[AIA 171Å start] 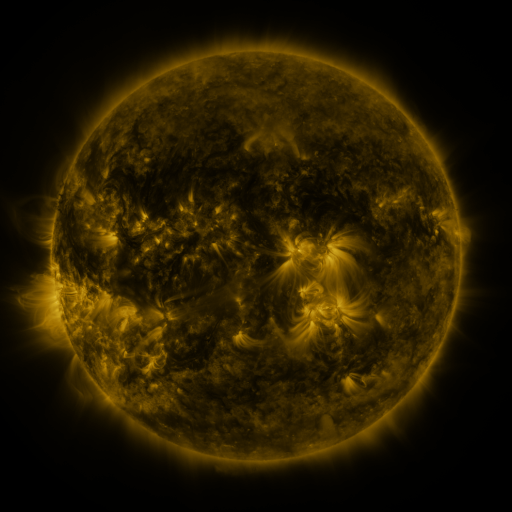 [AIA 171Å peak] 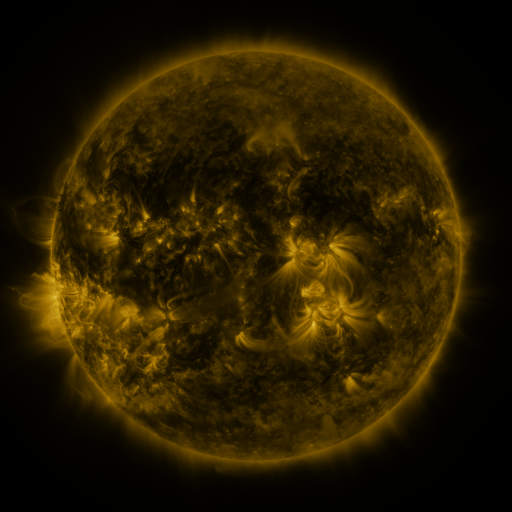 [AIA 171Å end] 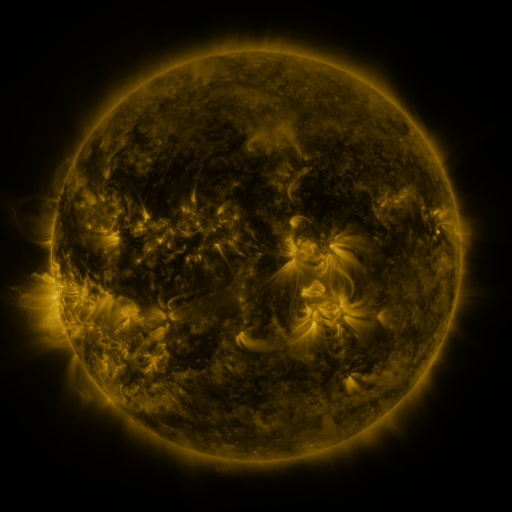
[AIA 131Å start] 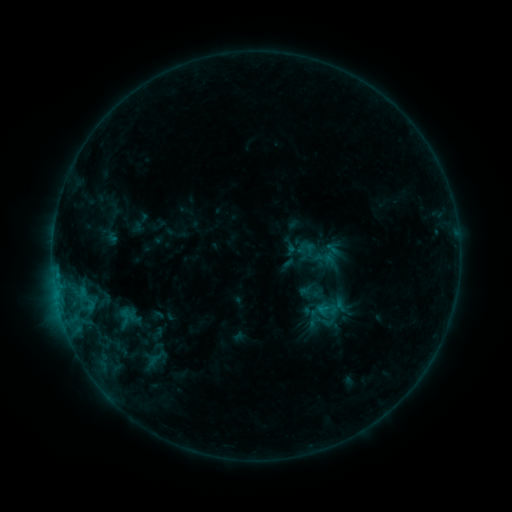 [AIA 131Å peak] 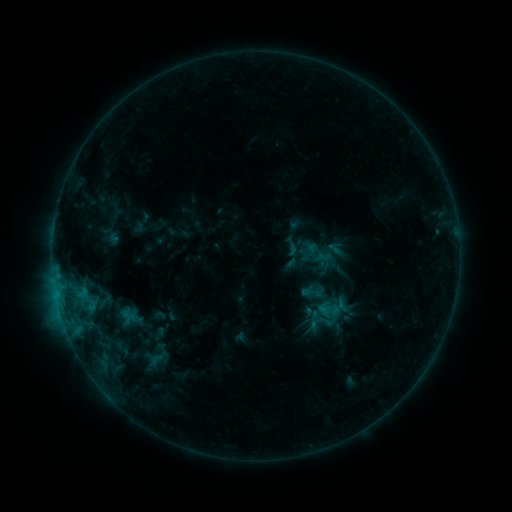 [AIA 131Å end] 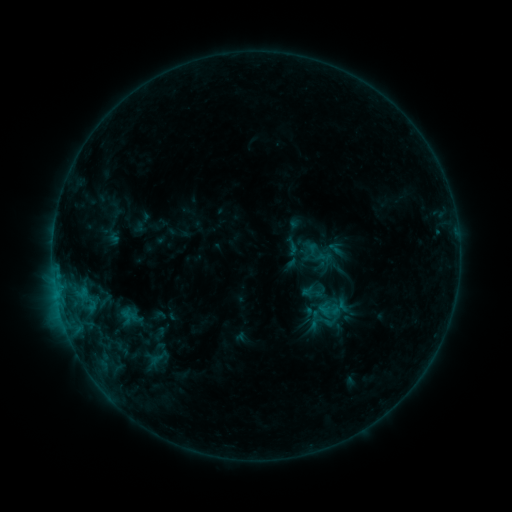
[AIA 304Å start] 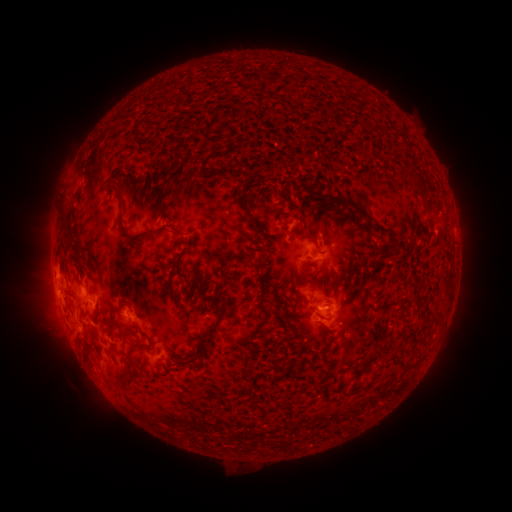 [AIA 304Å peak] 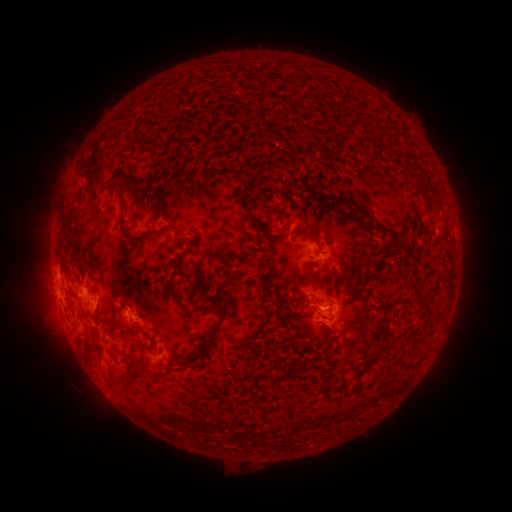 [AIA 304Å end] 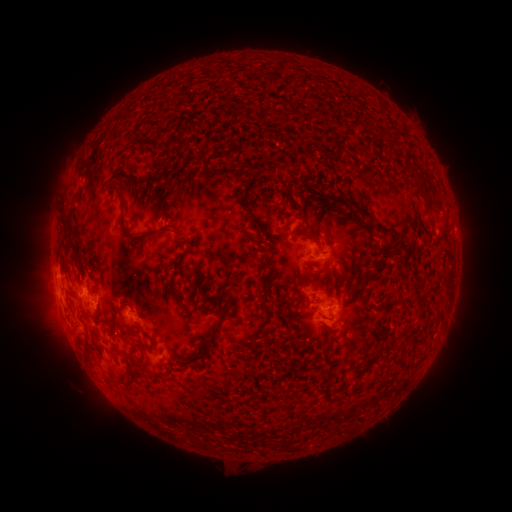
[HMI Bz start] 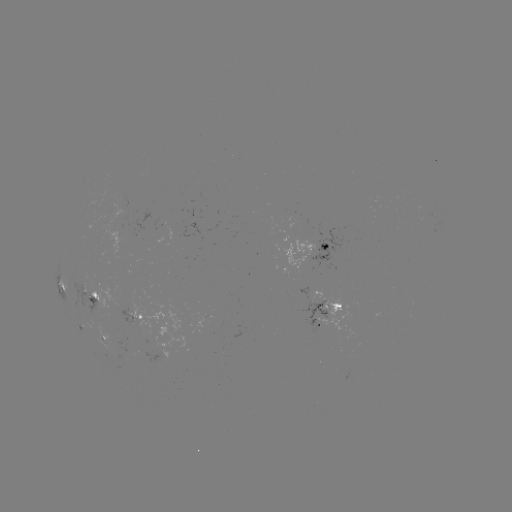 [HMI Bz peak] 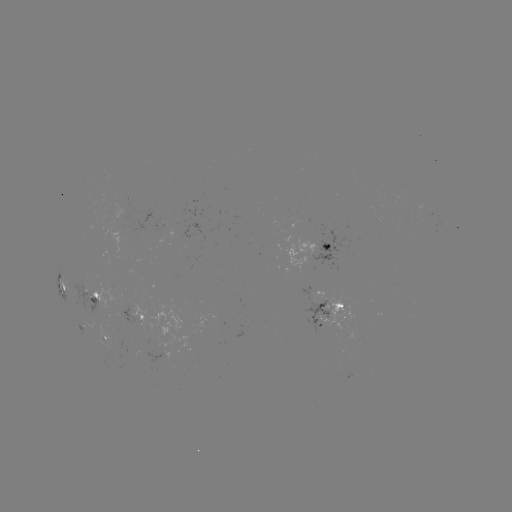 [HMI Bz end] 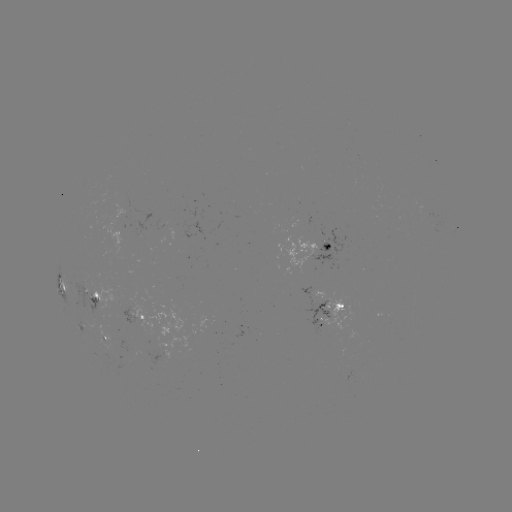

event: emerging-flux region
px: (90, 293)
